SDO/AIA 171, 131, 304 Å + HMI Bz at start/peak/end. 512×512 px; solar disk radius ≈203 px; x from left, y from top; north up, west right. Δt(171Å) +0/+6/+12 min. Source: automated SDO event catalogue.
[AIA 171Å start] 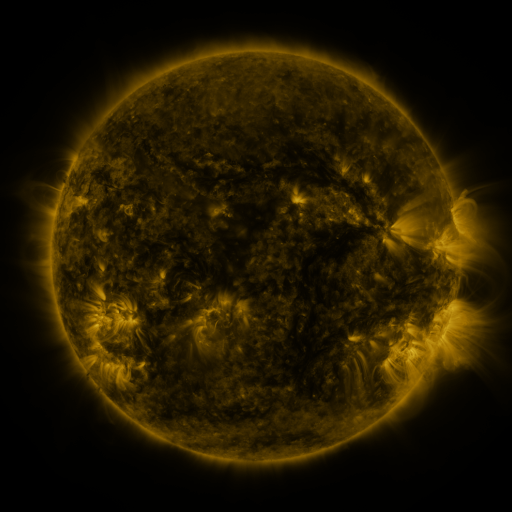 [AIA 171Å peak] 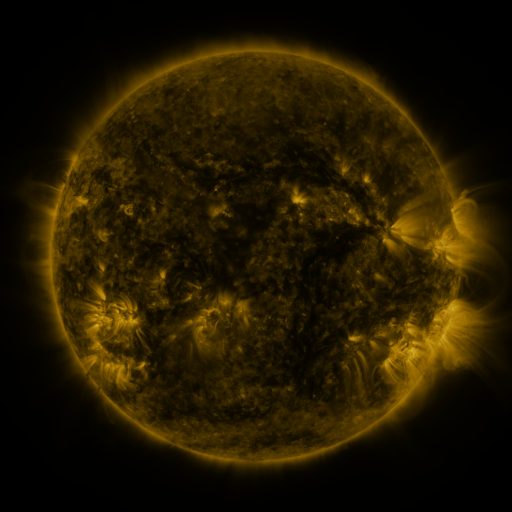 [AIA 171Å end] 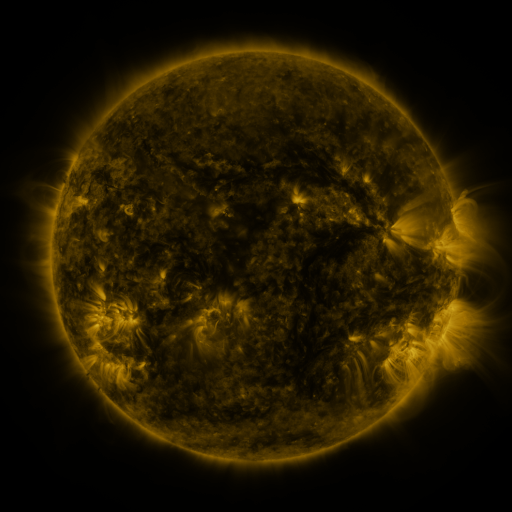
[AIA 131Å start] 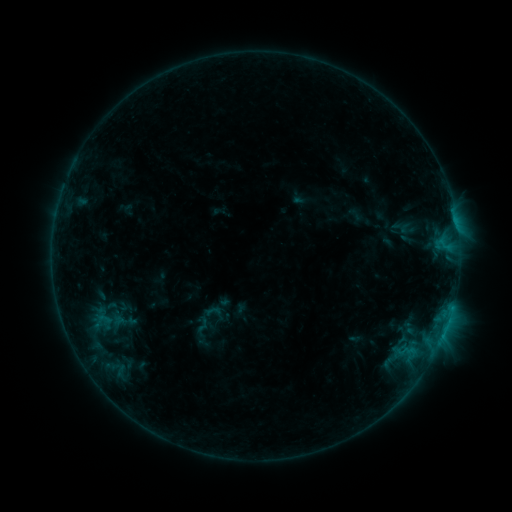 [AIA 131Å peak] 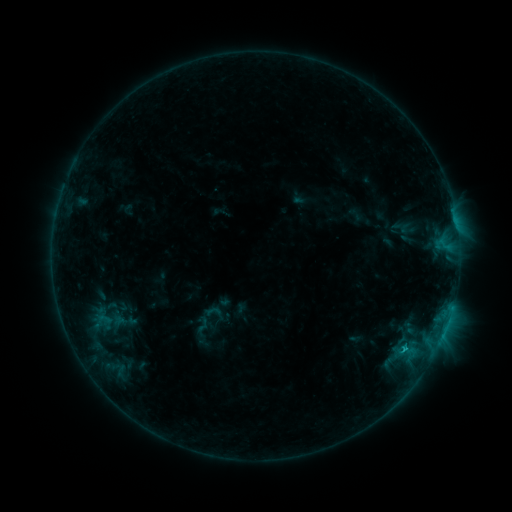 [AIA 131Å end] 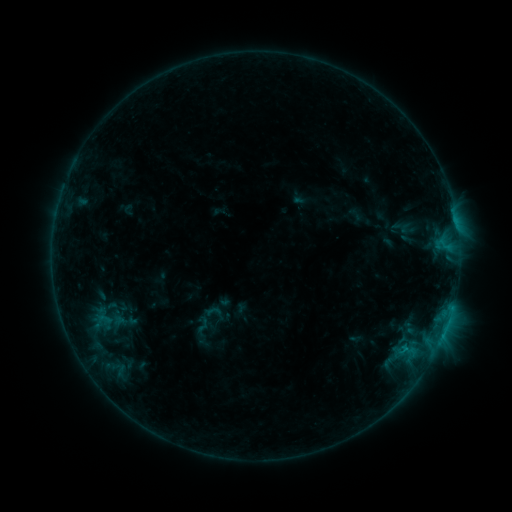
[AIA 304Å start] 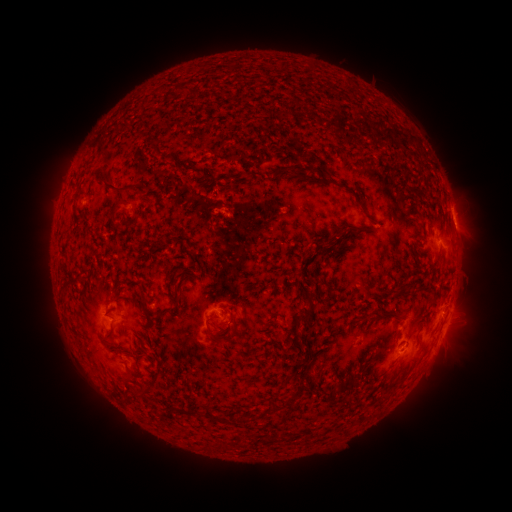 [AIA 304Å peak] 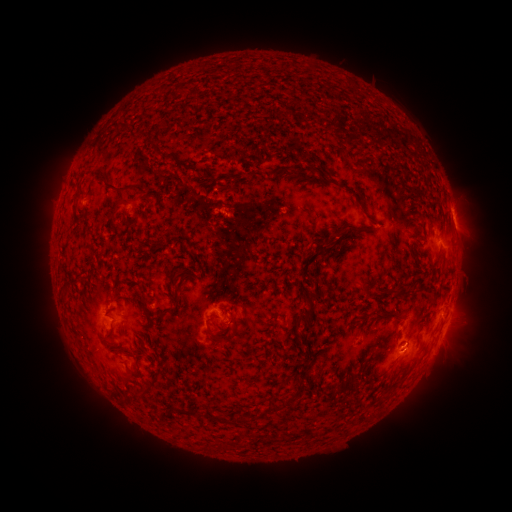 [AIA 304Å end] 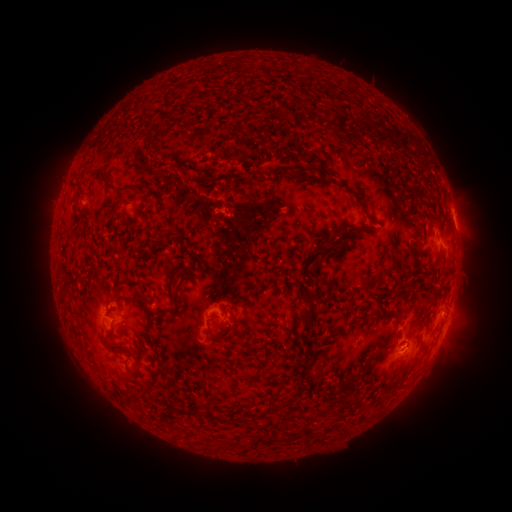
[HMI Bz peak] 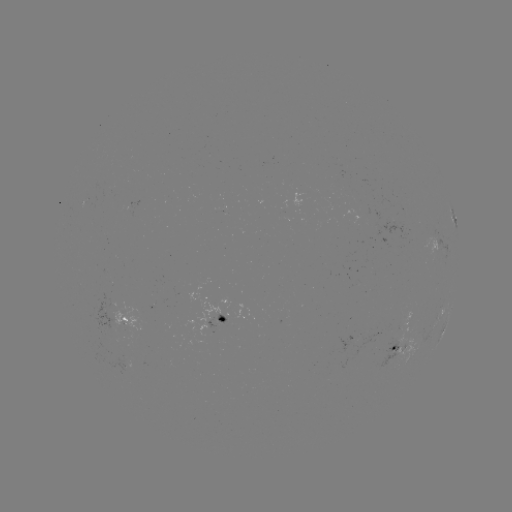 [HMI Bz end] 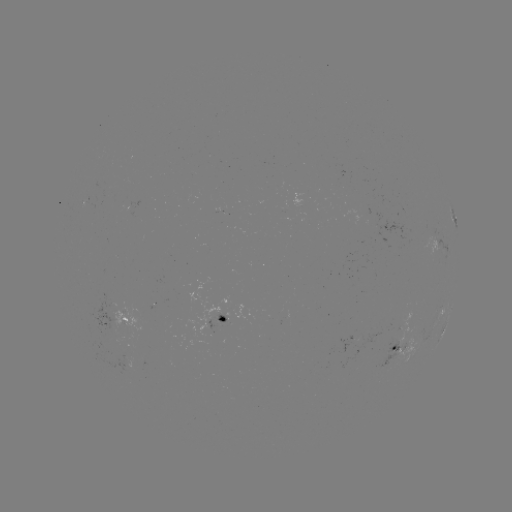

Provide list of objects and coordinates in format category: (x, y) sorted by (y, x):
B6.6 flare: (405, 346)
